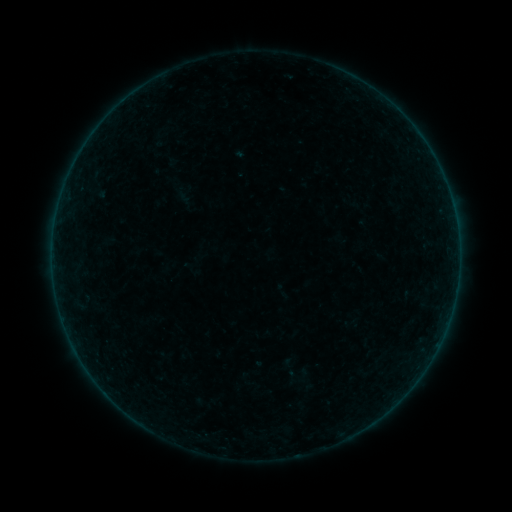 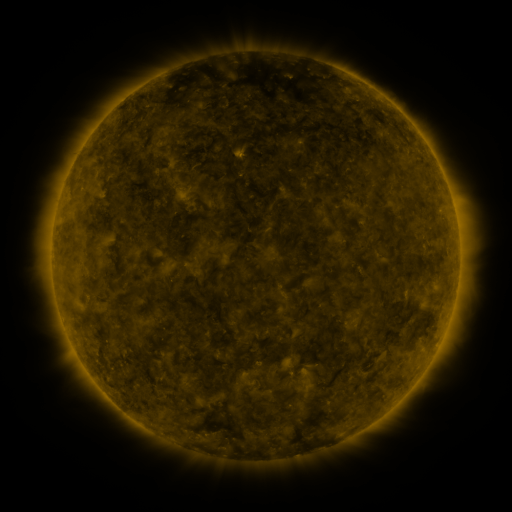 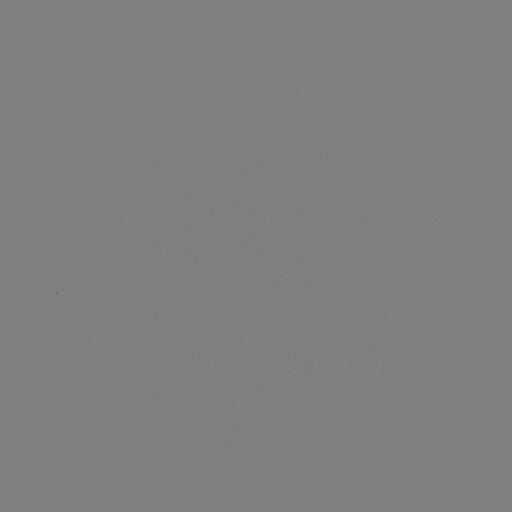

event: sigmoid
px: (298, 376)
